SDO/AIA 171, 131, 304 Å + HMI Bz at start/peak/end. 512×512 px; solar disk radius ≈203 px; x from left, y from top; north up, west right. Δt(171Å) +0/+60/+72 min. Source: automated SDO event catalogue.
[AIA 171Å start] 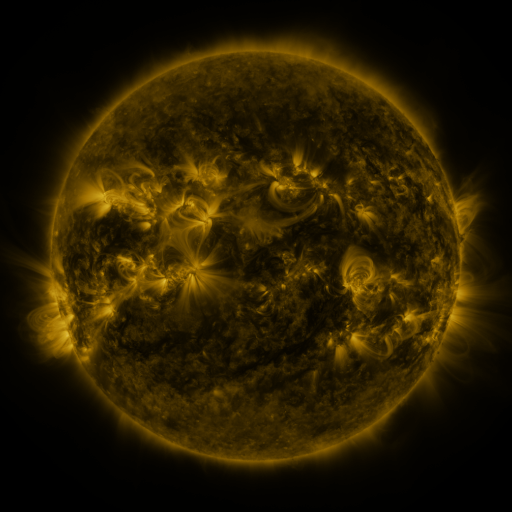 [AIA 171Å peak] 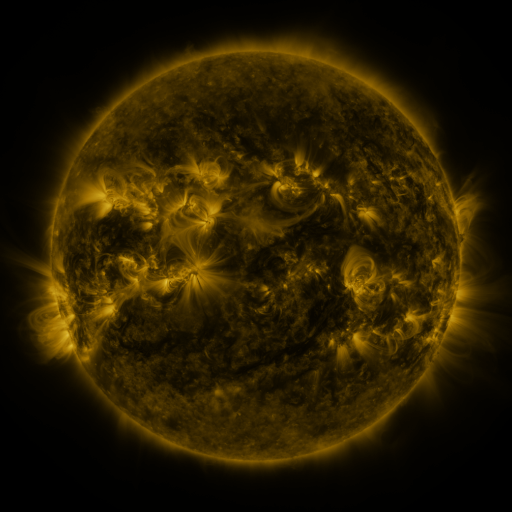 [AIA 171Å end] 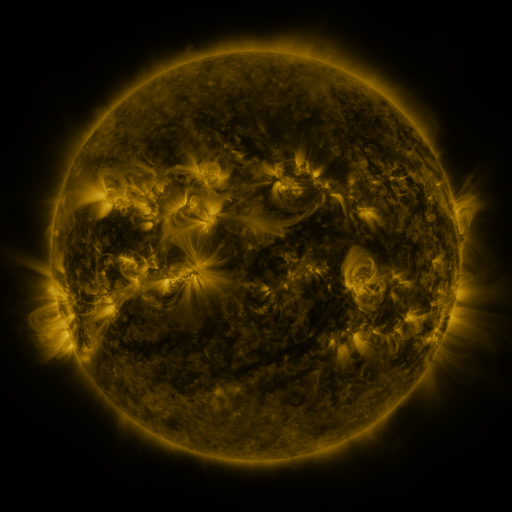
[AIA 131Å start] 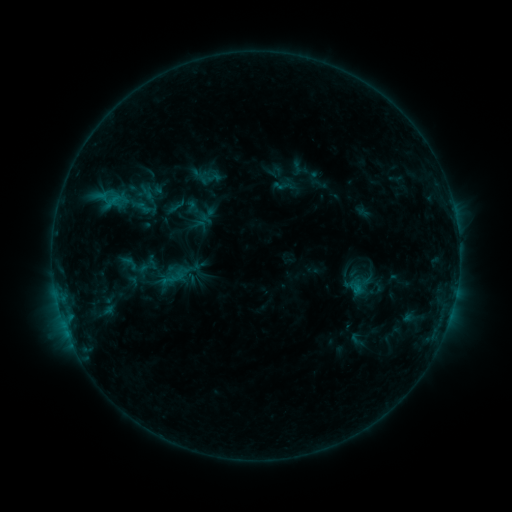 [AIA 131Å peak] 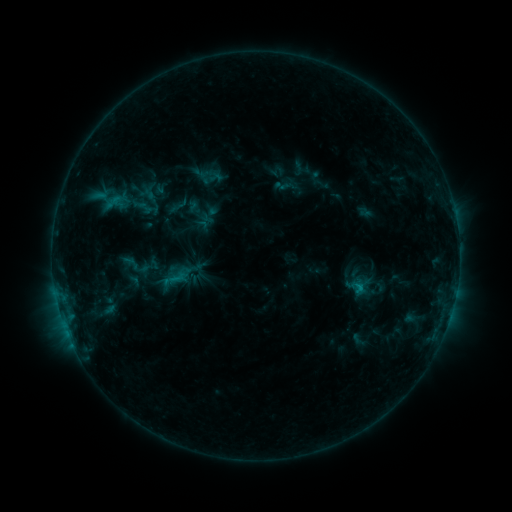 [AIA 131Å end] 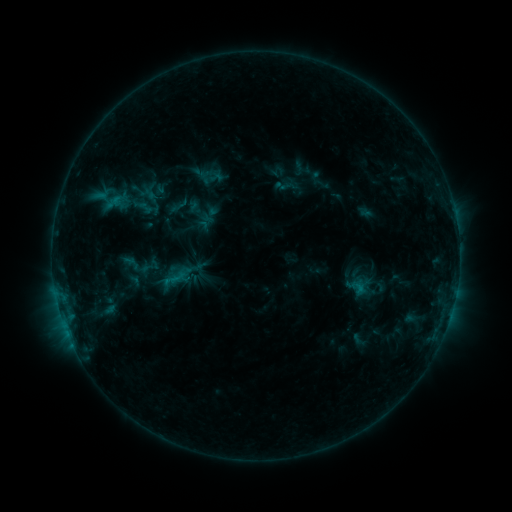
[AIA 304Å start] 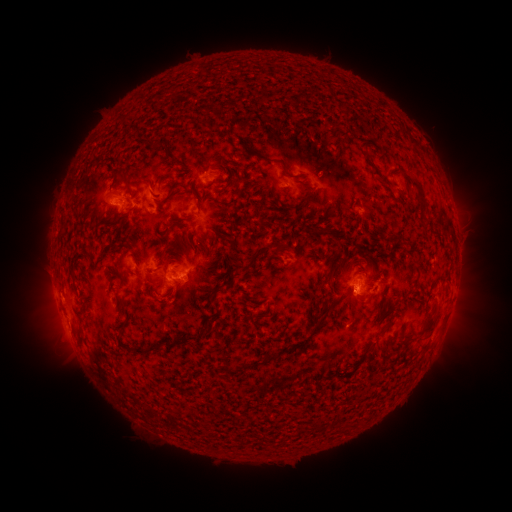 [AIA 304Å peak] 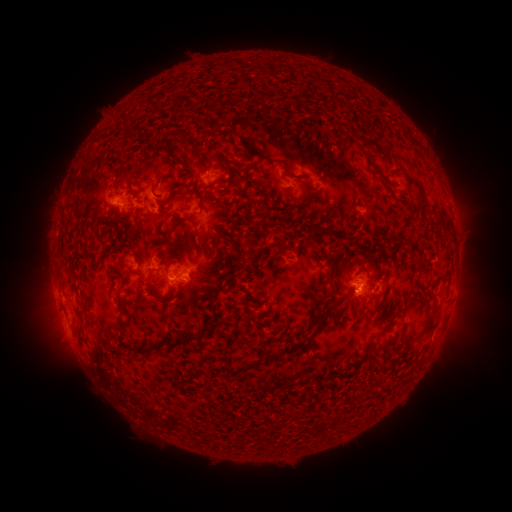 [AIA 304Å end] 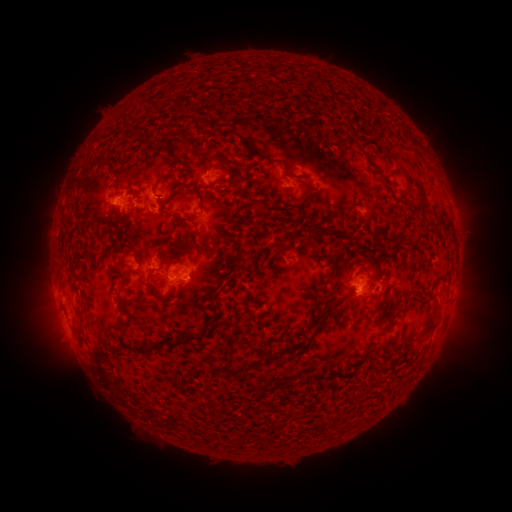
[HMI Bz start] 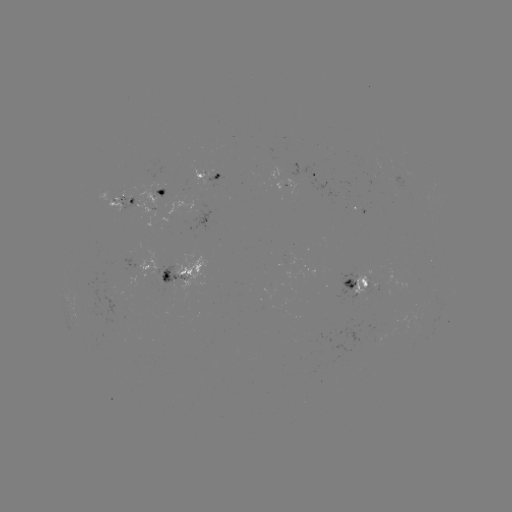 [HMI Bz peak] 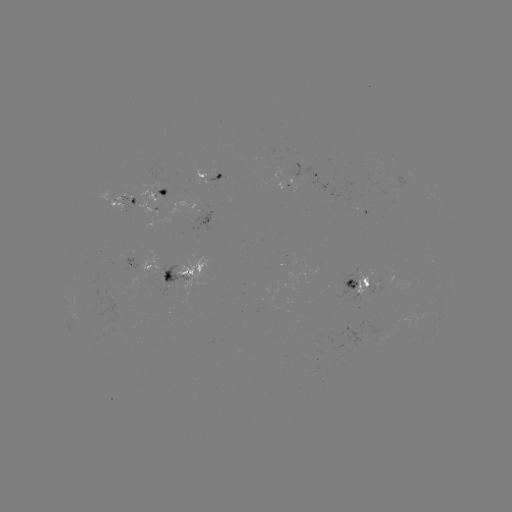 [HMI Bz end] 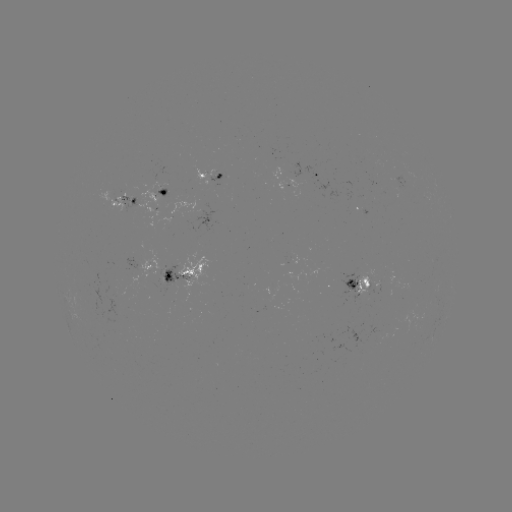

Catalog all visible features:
emerging-flux region: (160, 188)
